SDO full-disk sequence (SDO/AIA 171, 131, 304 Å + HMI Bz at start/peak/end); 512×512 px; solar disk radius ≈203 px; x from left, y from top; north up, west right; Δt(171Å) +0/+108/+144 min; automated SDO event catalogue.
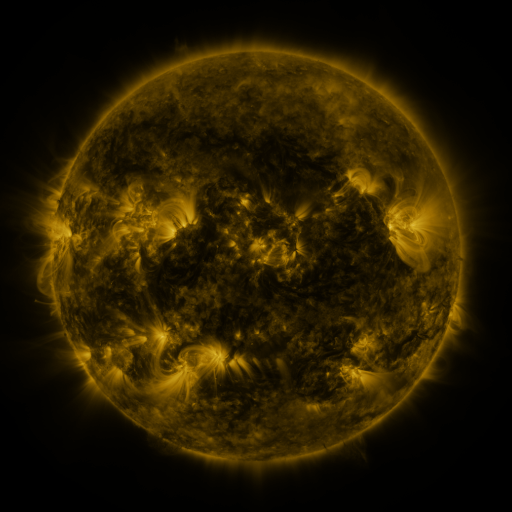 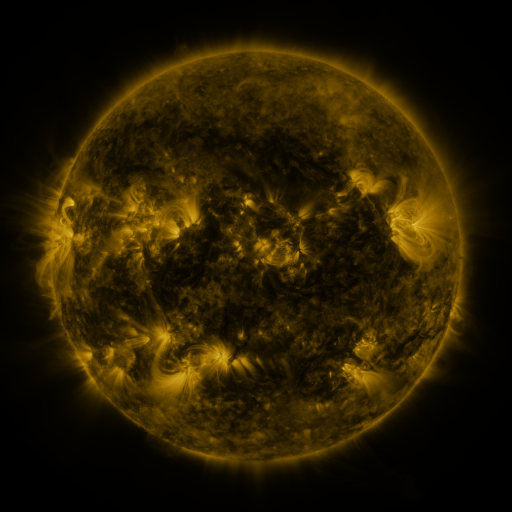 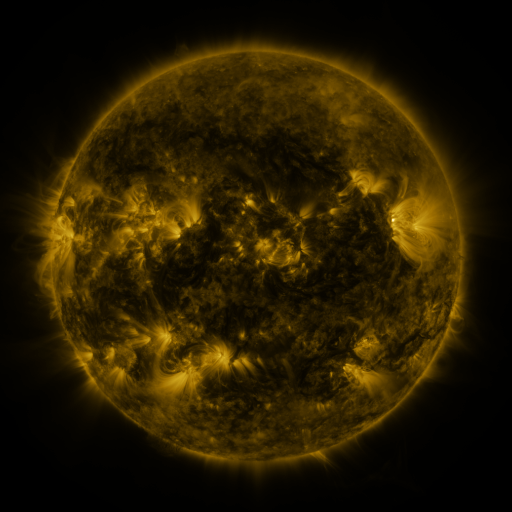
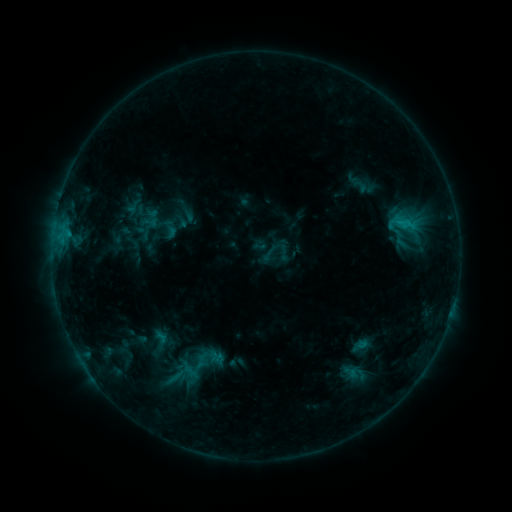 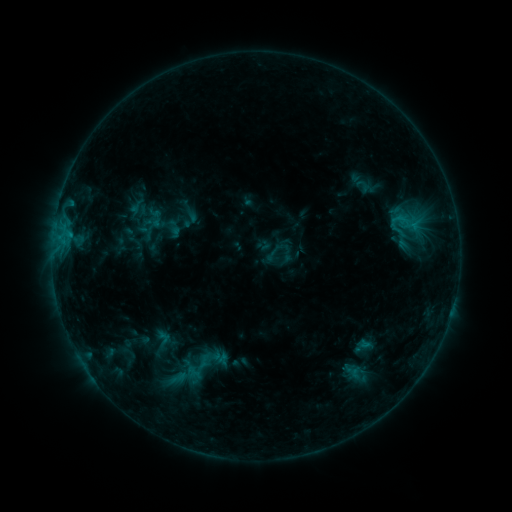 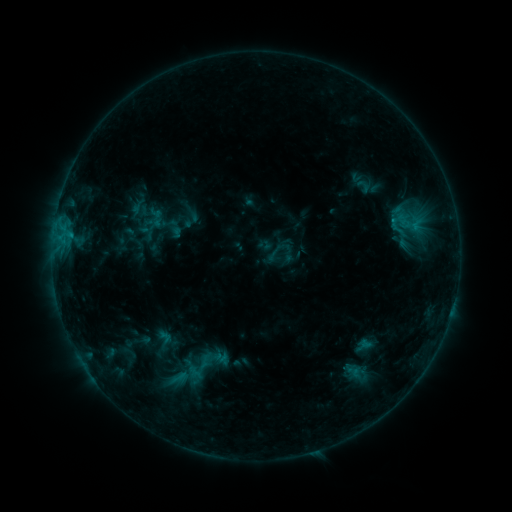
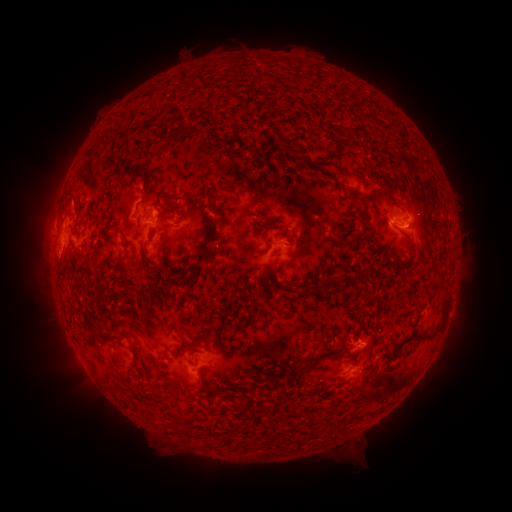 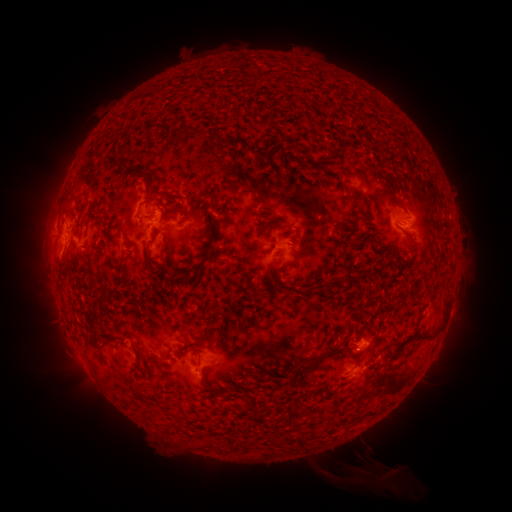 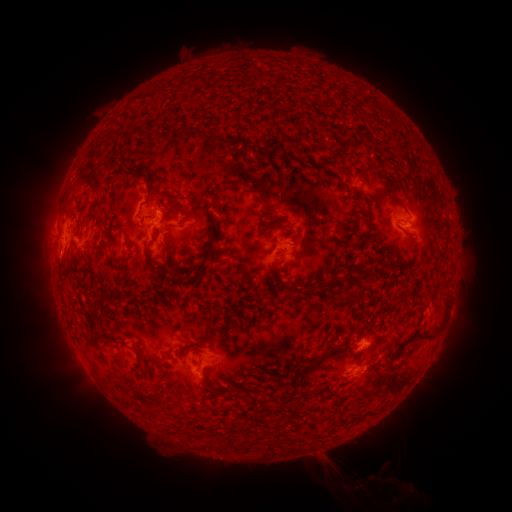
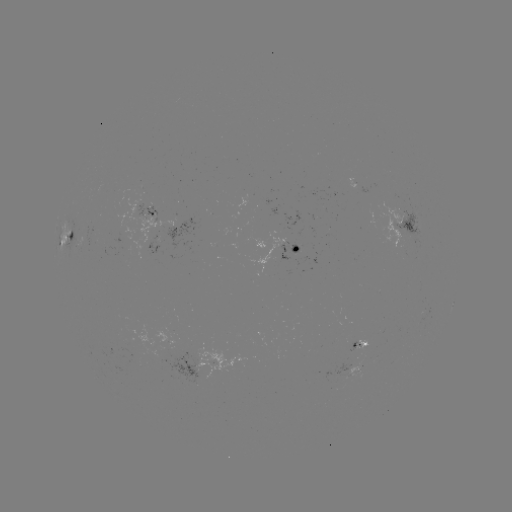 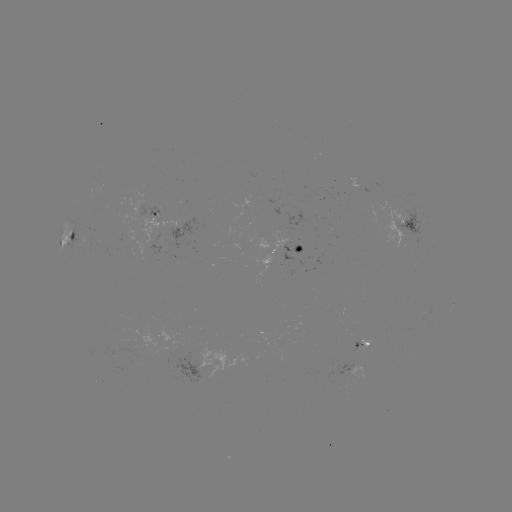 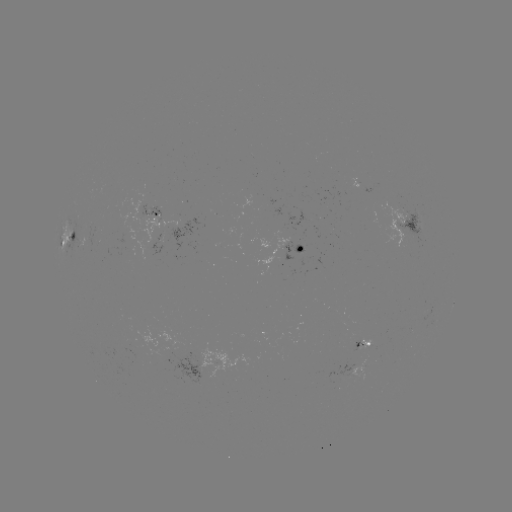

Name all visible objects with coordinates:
emerging-flux region: (86, 245)
